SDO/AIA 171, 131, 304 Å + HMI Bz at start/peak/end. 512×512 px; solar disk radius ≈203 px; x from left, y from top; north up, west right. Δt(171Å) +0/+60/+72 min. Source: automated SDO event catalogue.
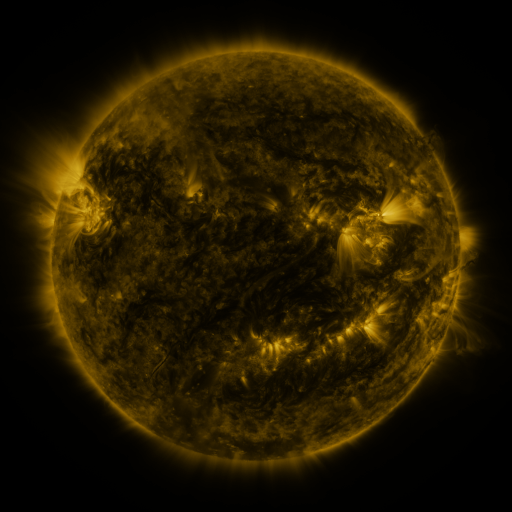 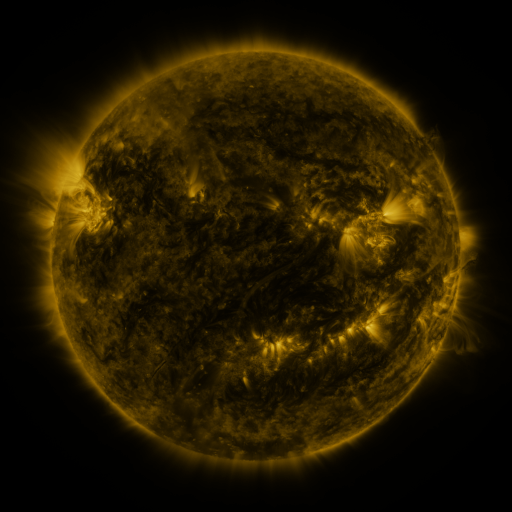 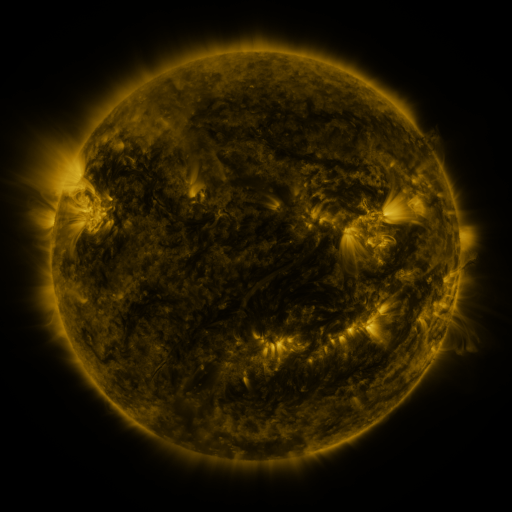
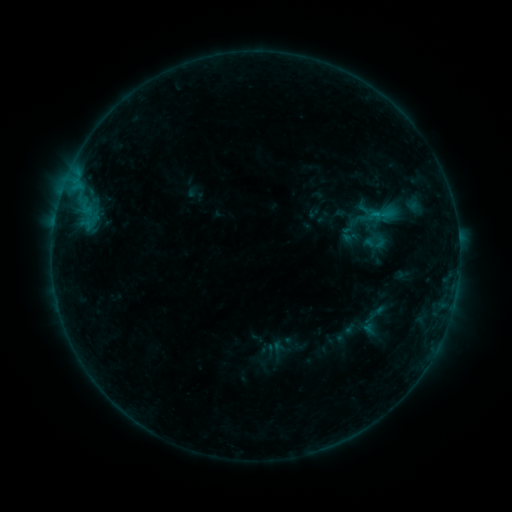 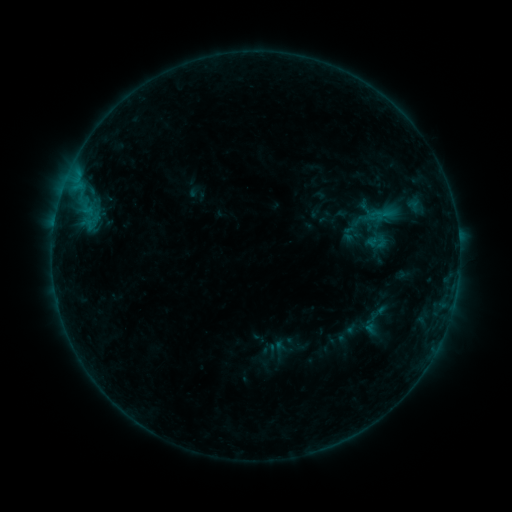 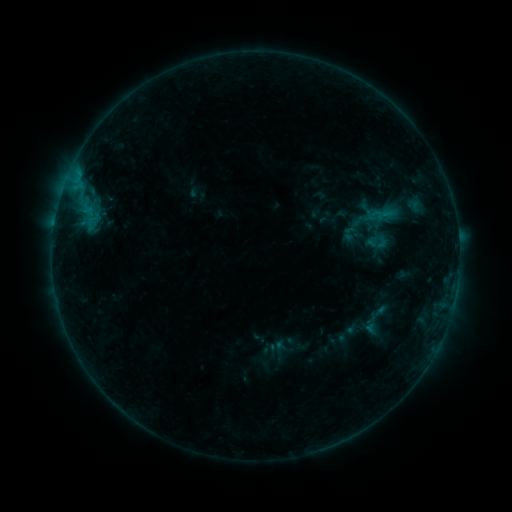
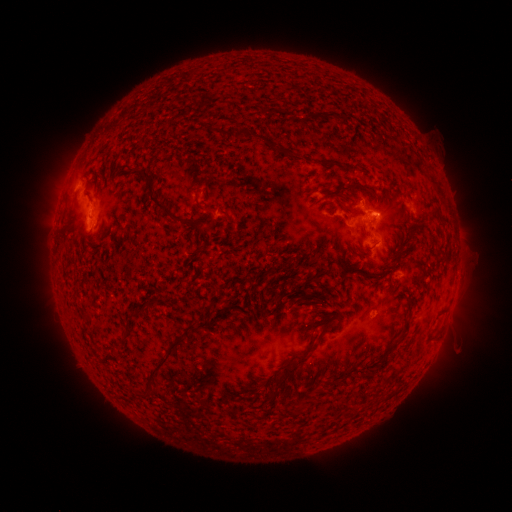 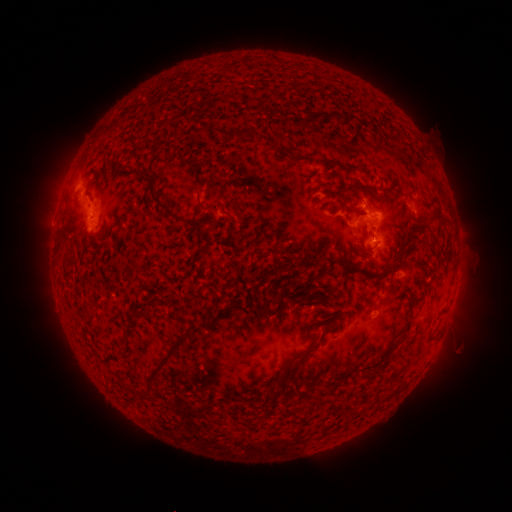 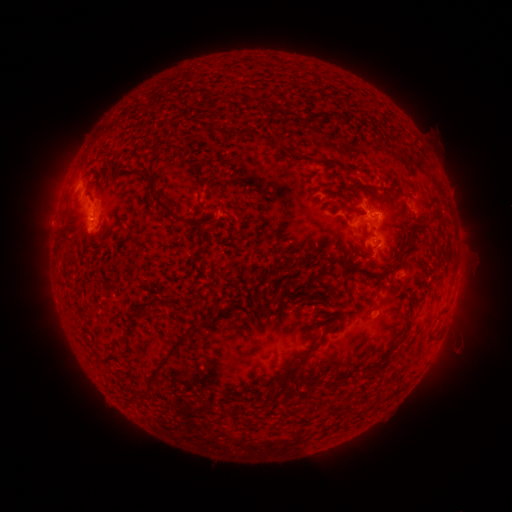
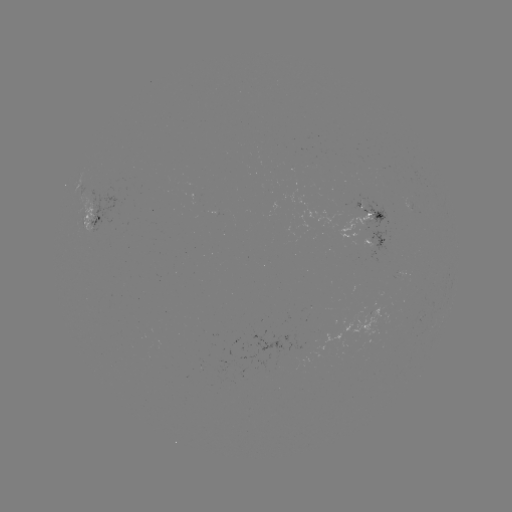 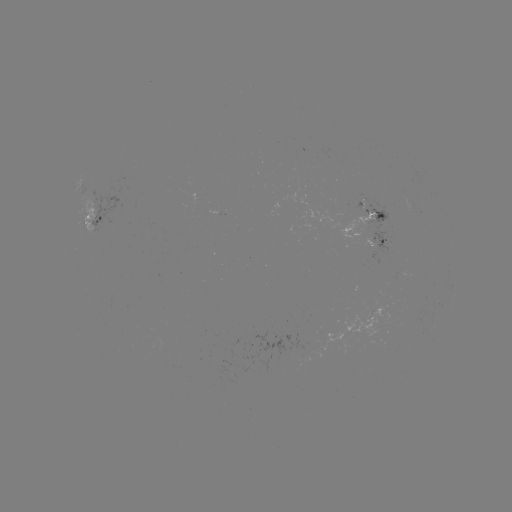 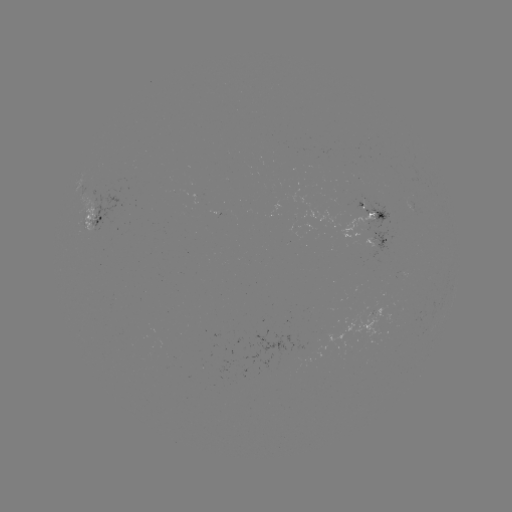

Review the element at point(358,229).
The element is emerging-flux region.